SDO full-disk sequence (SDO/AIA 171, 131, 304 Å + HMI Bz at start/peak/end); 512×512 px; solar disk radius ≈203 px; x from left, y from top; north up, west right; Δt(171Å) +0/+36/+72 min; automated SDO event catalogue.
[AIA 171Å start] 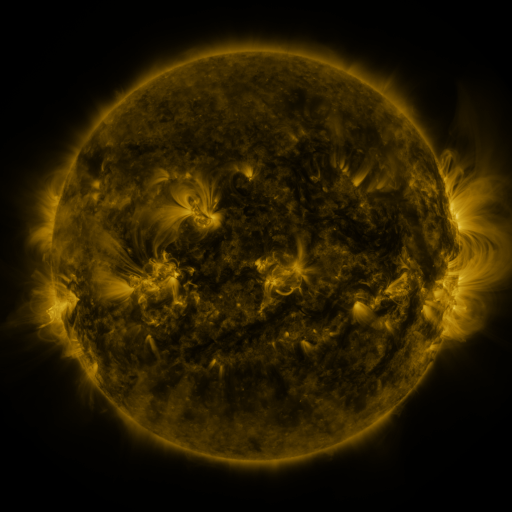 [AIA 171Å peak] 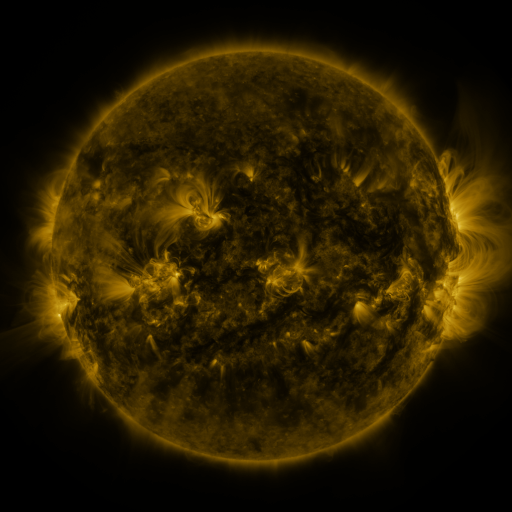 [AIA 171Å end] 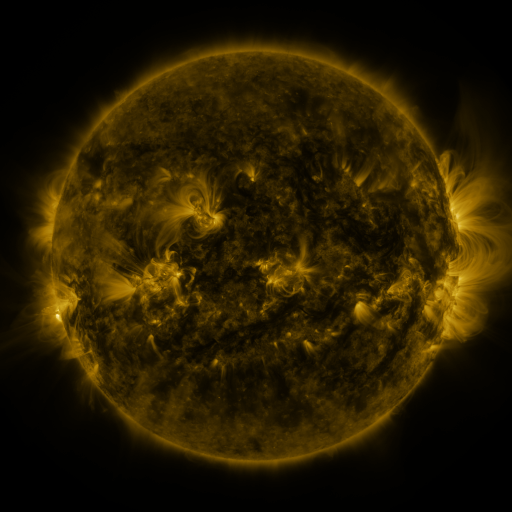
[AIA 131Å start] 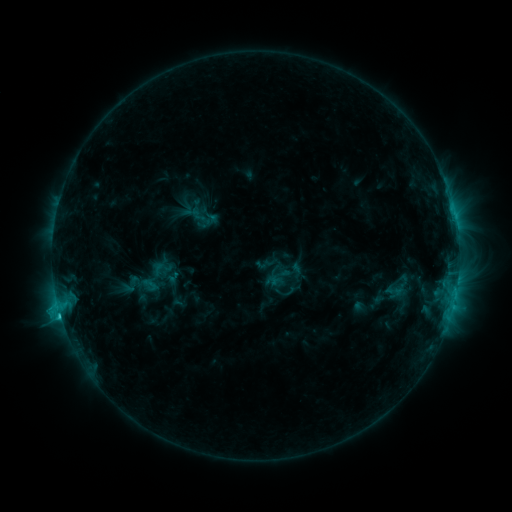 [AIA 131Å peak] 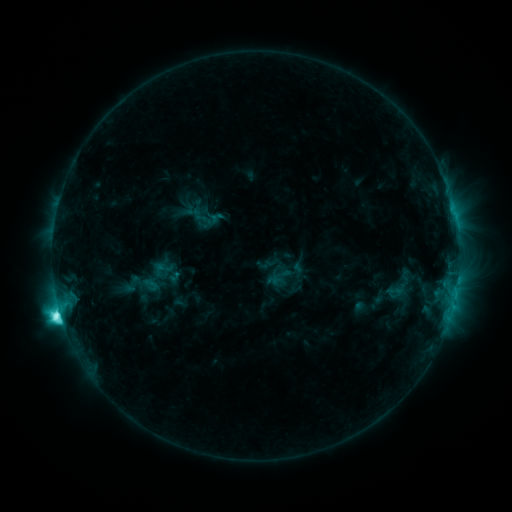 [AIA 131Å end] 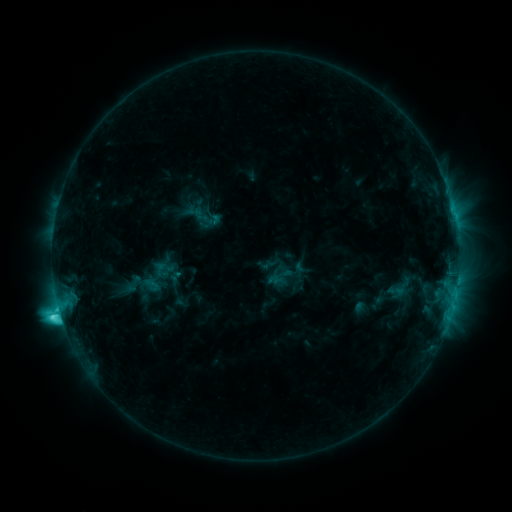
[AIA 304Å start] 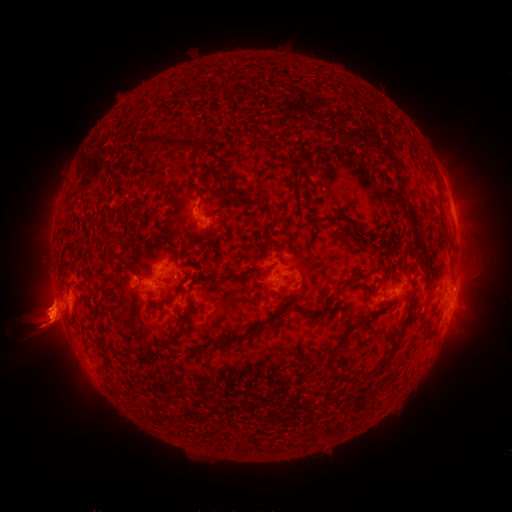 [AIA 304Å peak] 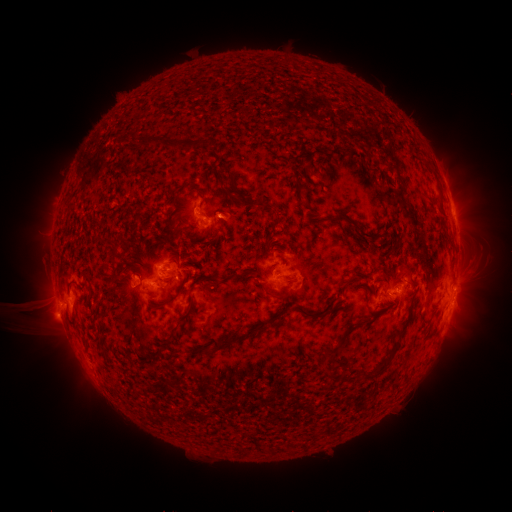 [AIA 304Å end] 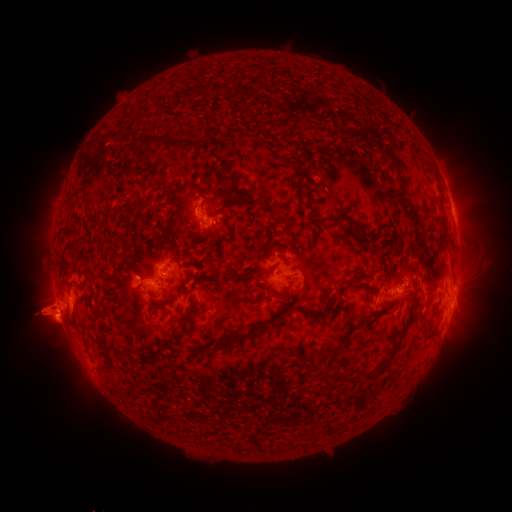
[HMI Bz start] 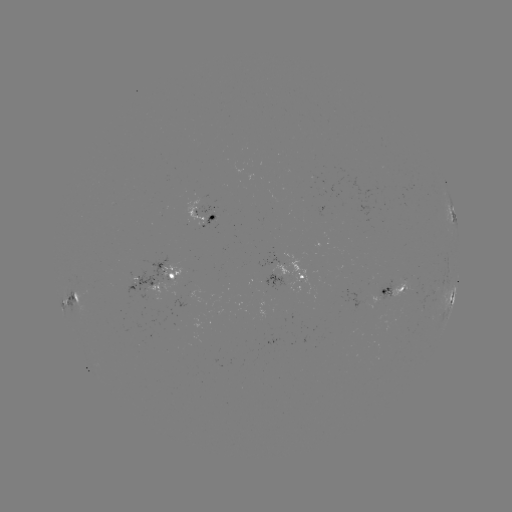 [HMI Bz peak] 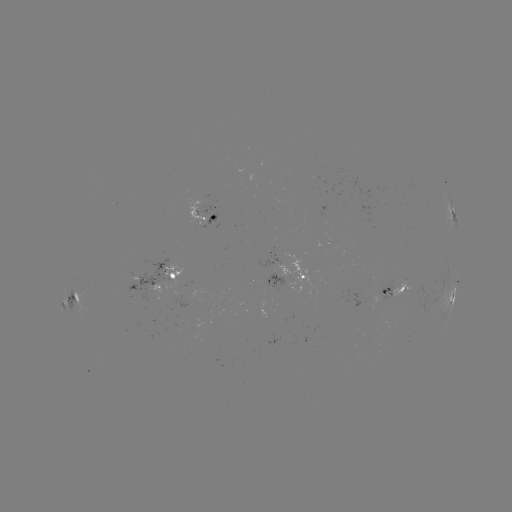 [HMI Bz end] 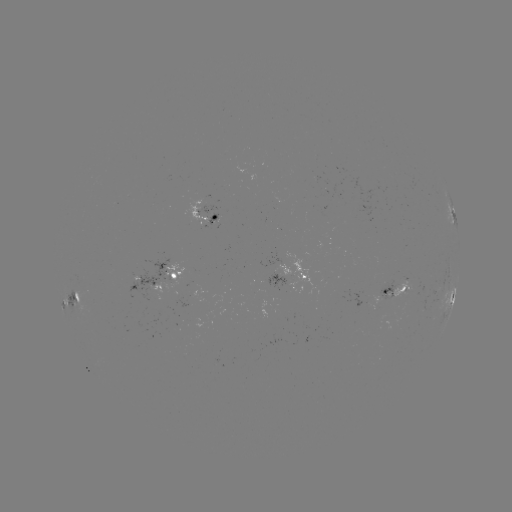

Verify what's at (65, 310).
M1.0 flare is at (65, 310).